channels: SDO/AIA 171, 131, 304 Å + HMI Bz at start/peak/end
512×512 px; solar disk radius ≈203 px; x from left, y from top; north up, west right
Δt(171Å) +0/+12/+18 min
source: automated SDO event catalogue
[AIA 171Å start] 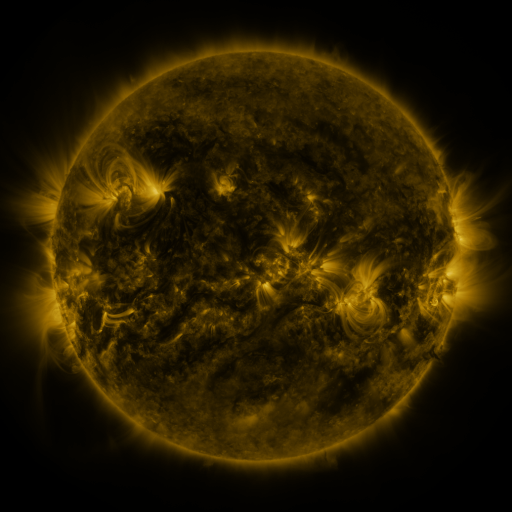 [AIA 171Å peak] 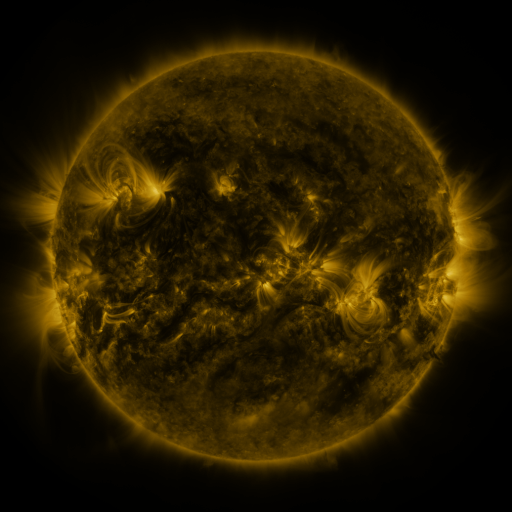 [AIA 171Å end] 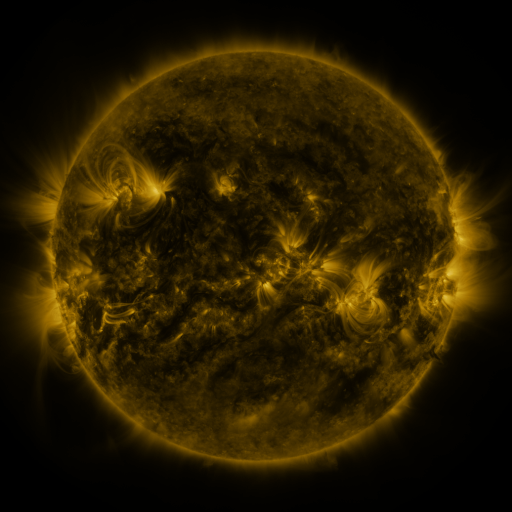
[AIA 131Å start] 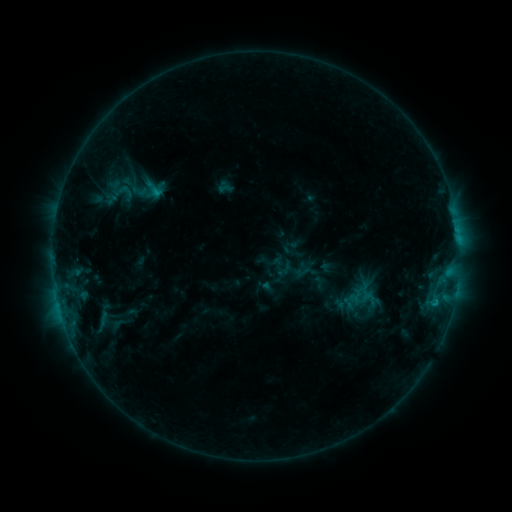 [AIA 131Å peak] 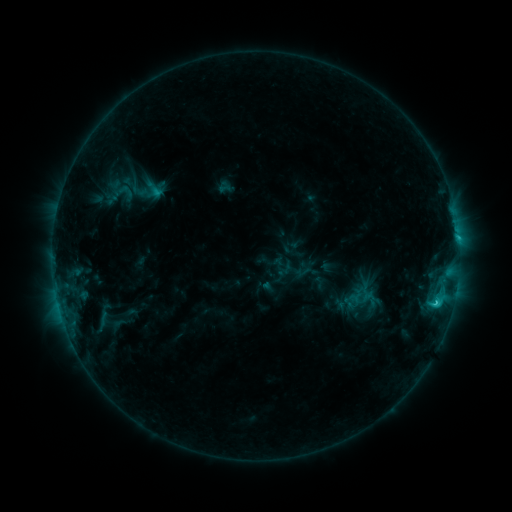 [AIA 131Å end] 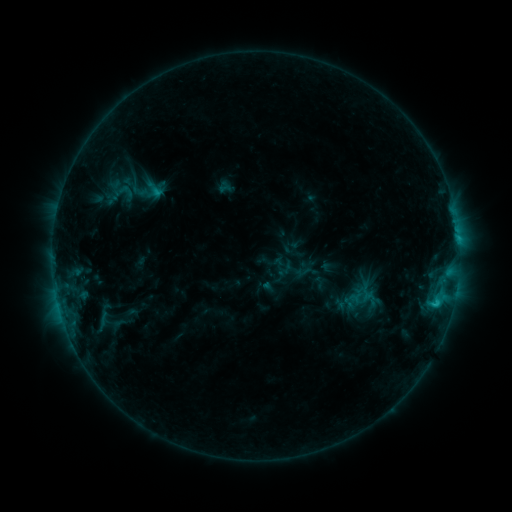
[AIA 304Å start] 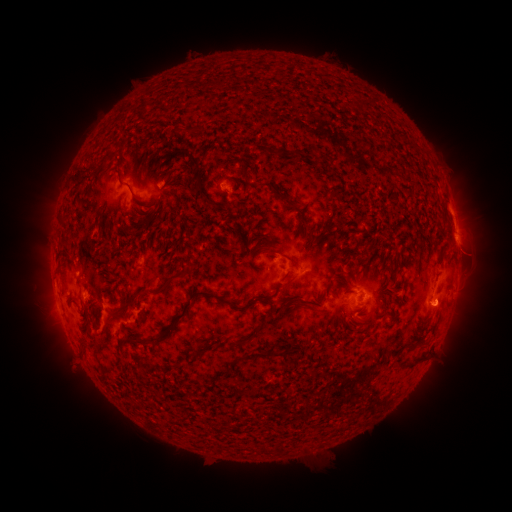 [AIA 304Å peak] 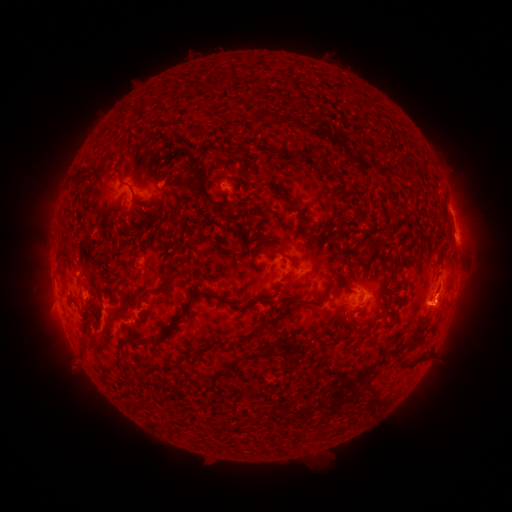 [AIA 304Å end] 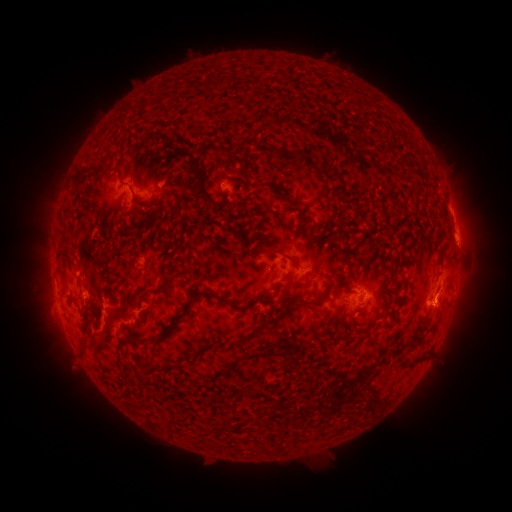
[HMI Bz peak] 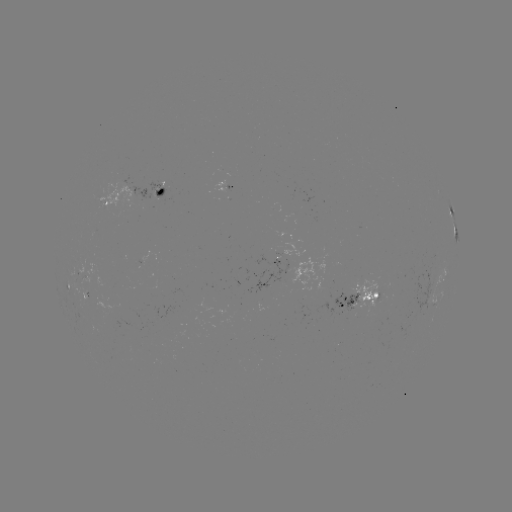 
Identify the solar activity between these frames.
C1.9 flare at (436, 302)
